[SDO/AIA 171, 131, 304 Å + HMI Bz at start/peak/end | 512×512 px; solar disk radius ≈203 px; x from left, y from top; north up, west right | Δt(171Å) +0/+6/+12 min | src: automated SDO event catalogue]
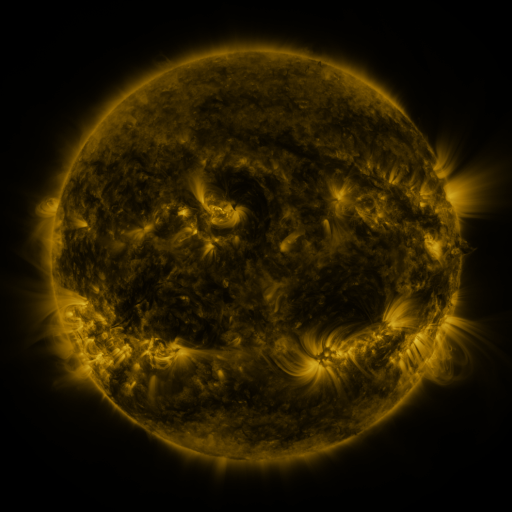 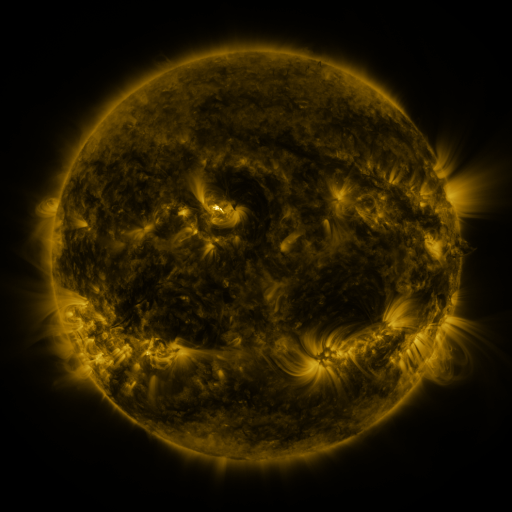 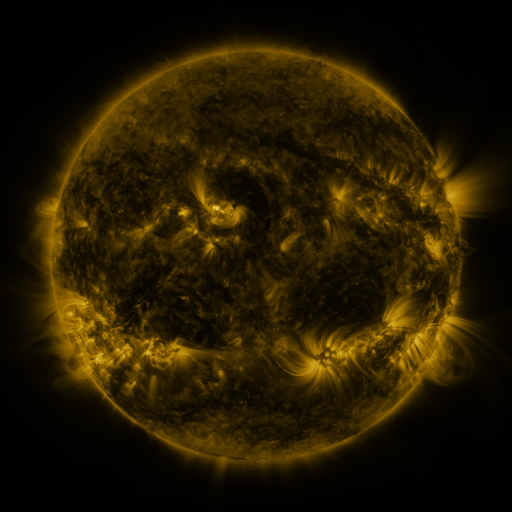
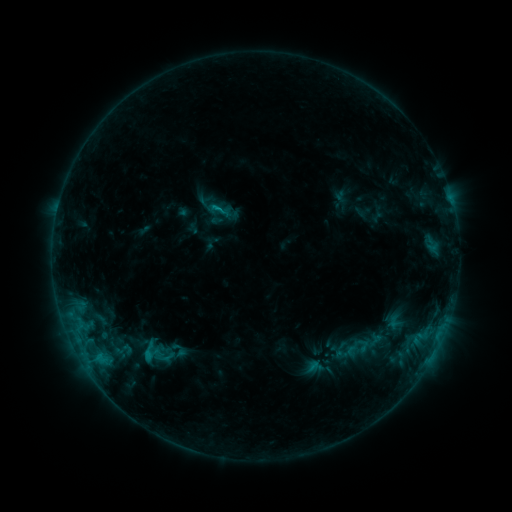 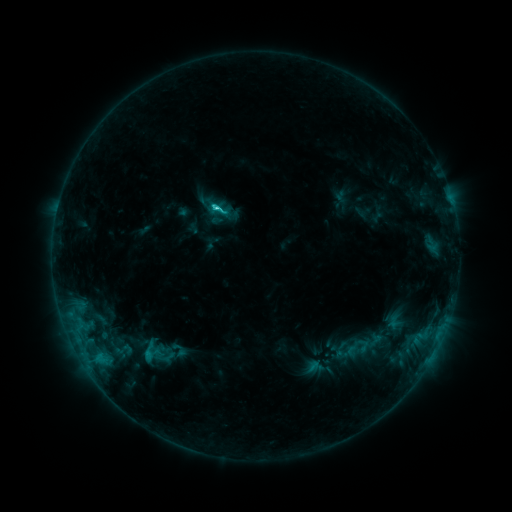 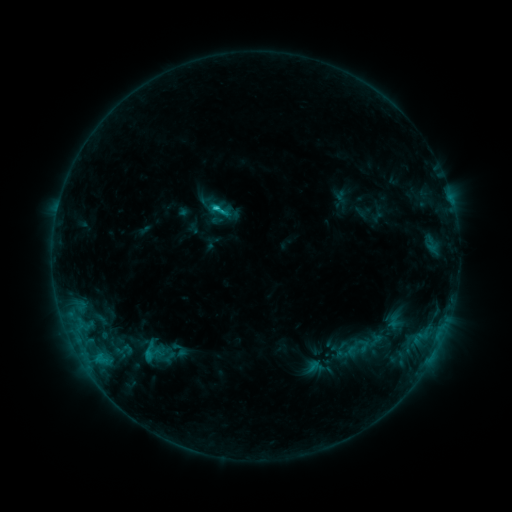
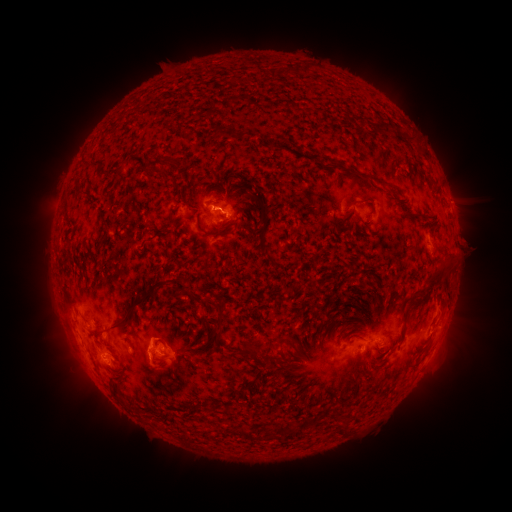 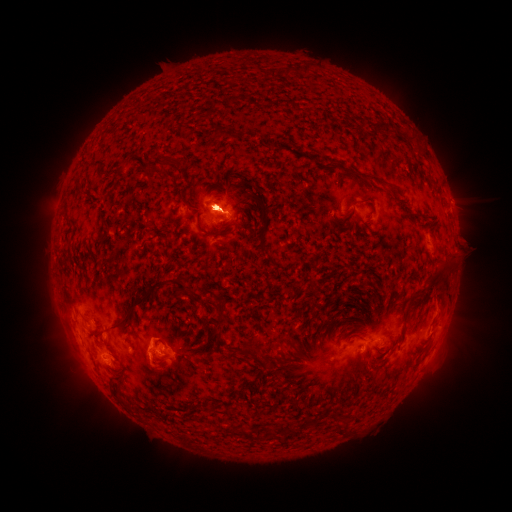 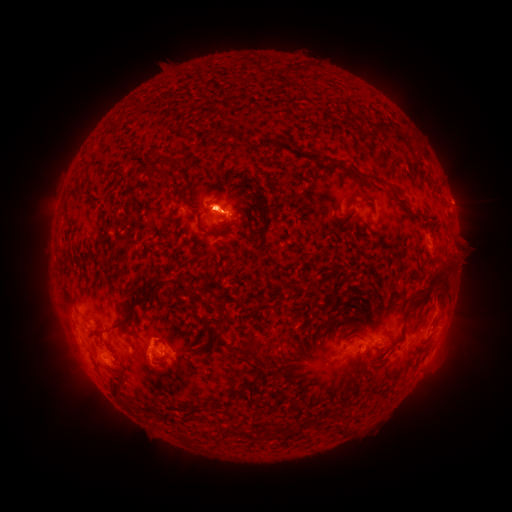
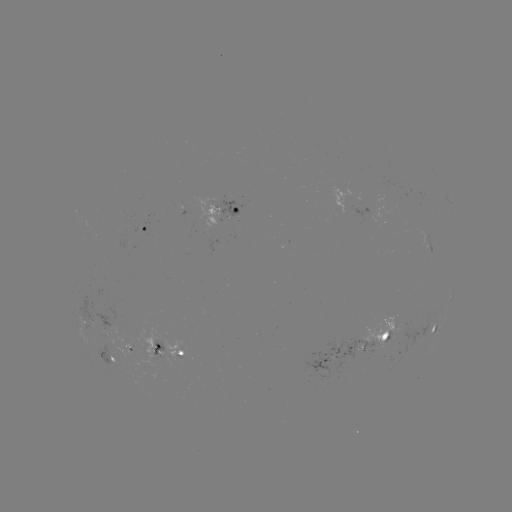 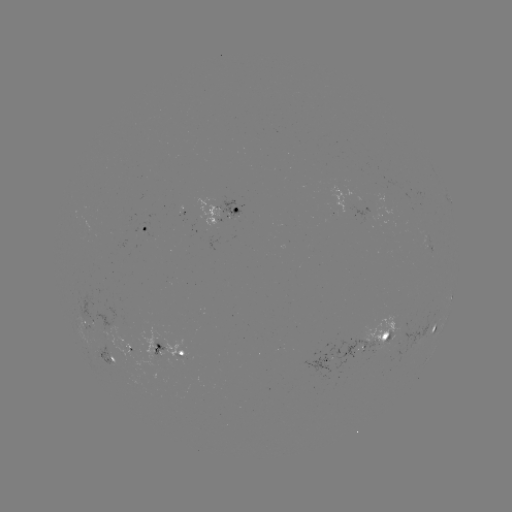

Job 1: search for C2.7 flare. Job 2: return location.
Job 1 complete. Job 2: (219, 209).